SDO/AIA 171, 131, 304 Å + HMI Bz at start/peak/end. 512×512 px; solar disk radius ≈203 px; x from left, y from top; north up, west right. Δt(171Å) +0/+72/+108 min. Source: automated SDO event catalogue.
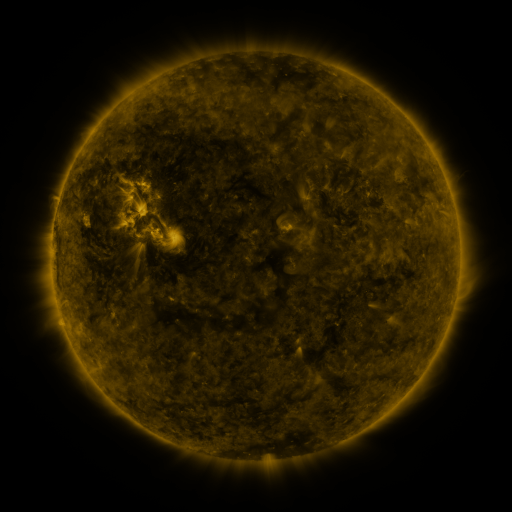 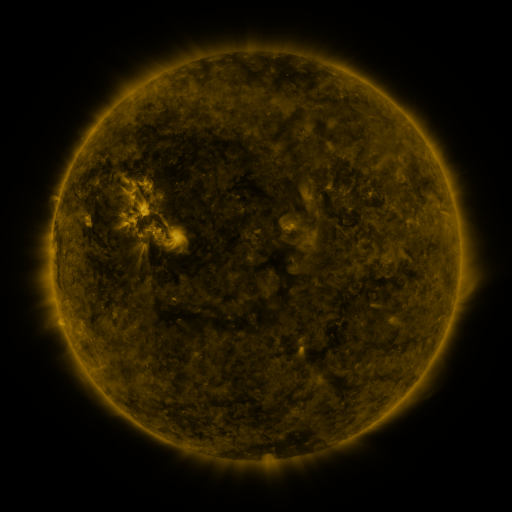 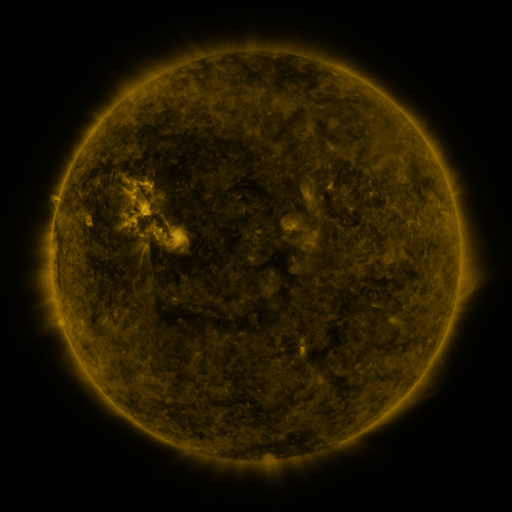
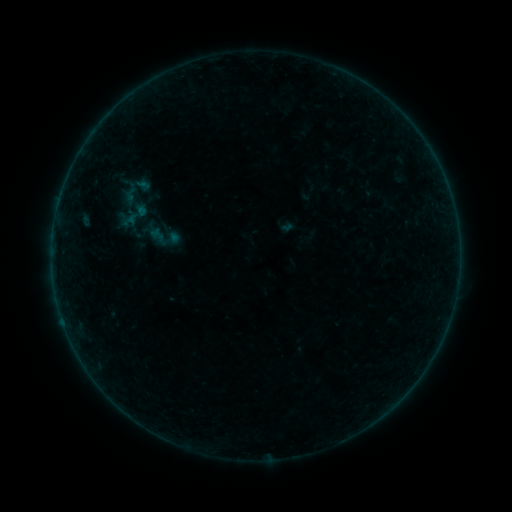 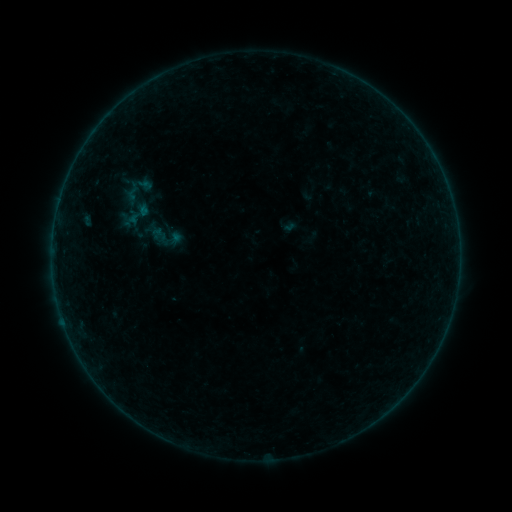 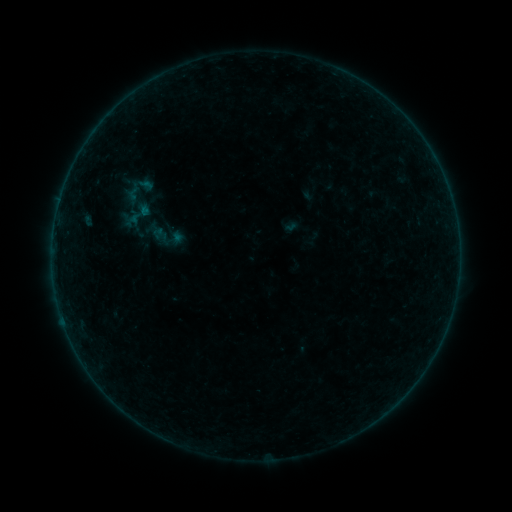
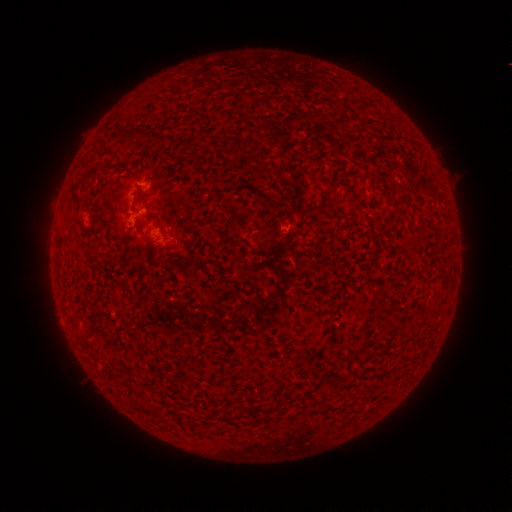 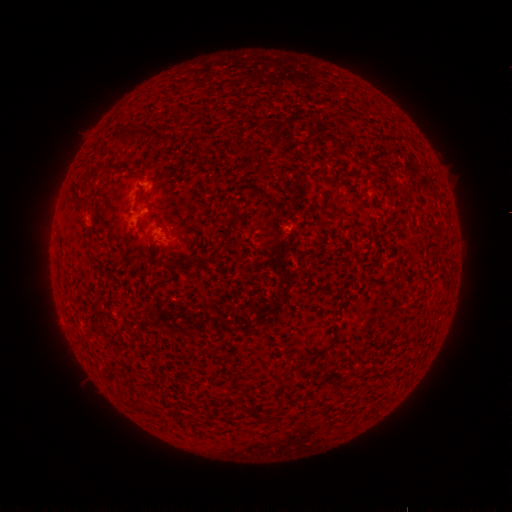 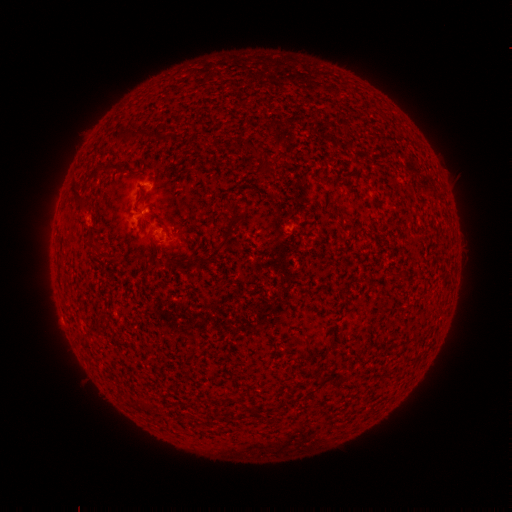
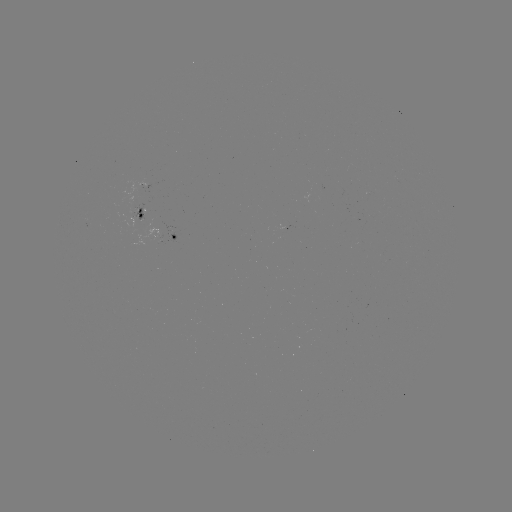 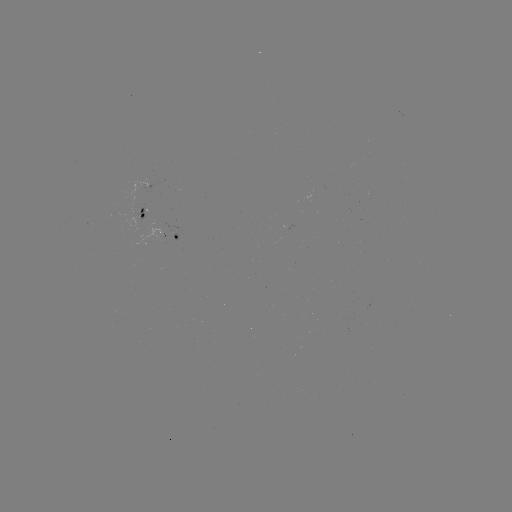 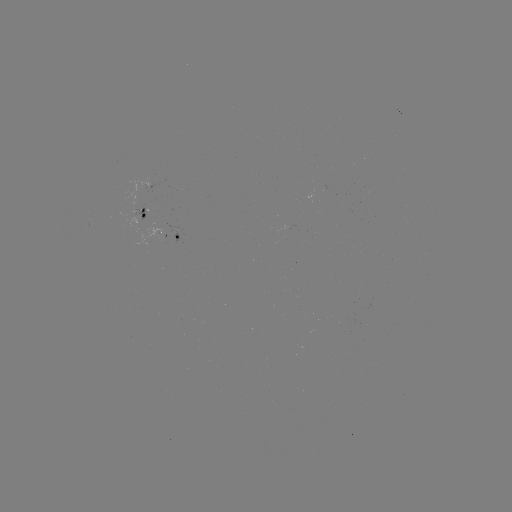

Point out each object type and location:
emerging-flux region: (145, 212)
